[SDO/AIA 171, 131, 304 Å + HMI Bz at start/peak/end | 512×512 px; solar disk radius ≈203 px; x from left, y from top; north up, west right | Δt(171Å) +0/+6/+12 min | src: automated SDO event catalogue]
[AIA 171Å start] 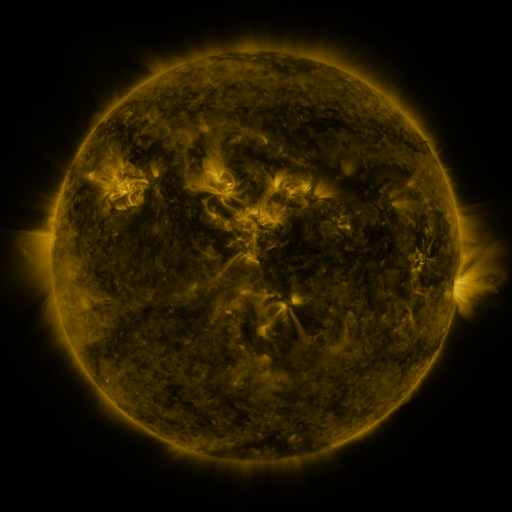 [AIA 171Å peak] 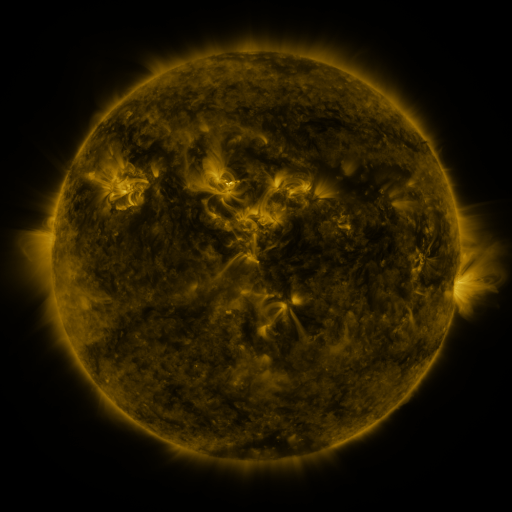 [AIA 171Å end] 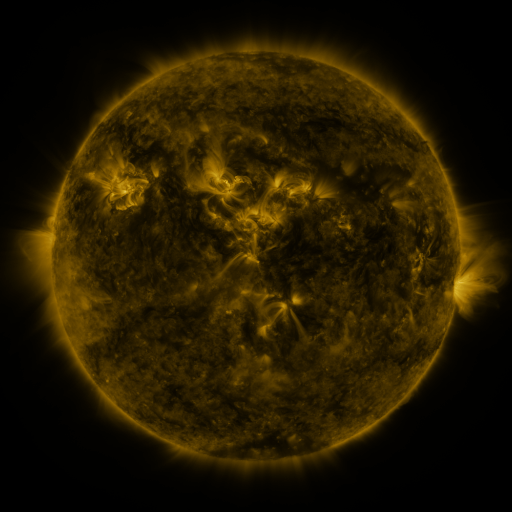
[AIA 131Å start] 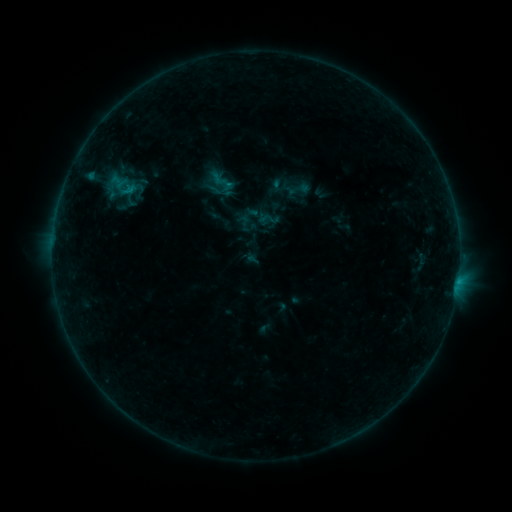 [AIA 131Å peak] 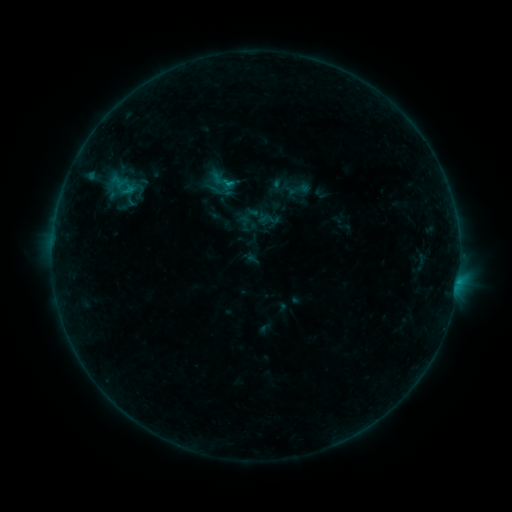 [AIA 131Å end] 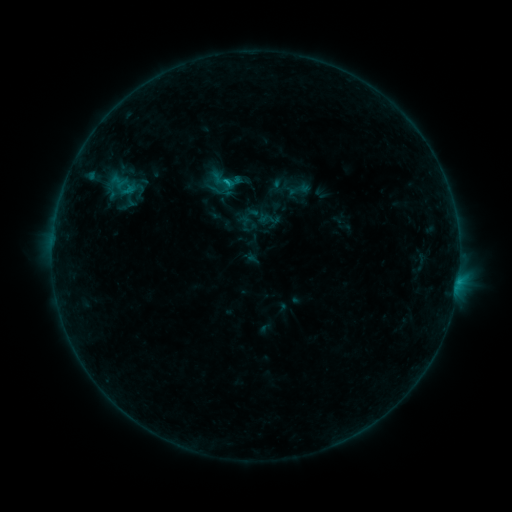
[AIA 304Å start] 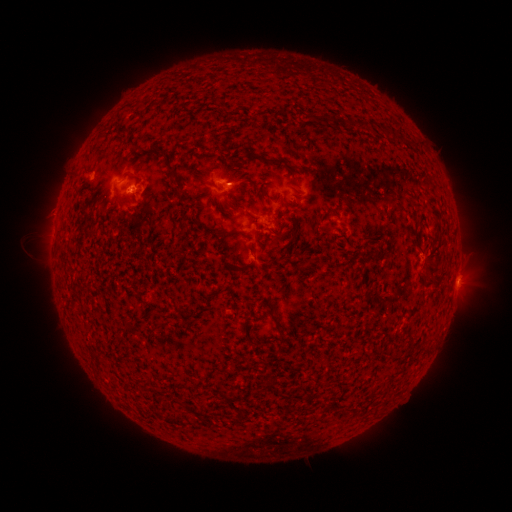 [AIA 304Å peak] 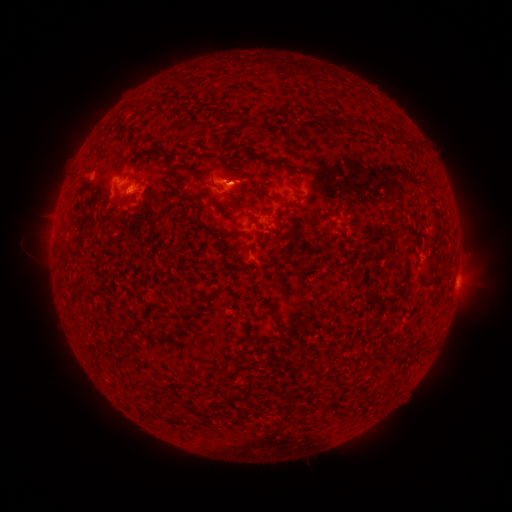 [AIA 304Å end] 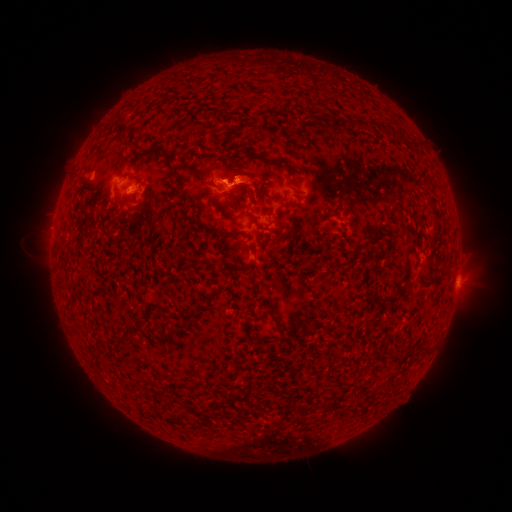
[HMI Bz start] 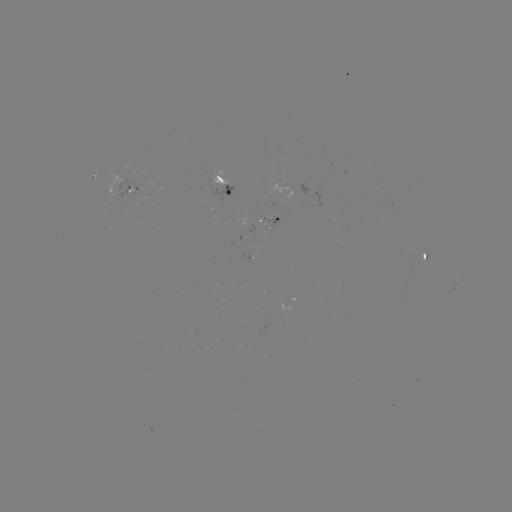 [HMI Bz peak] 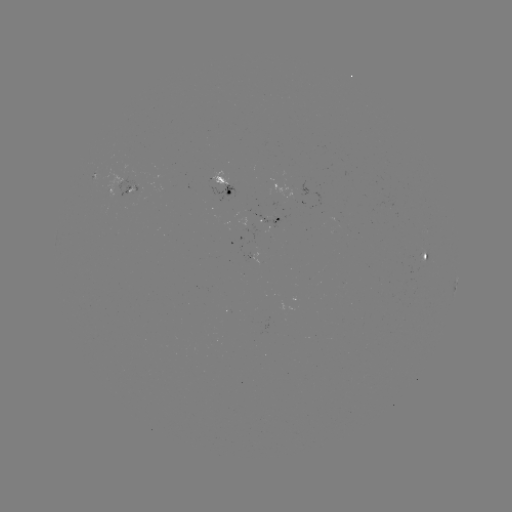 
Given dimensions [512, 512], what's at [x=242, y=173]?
eruption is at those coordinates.